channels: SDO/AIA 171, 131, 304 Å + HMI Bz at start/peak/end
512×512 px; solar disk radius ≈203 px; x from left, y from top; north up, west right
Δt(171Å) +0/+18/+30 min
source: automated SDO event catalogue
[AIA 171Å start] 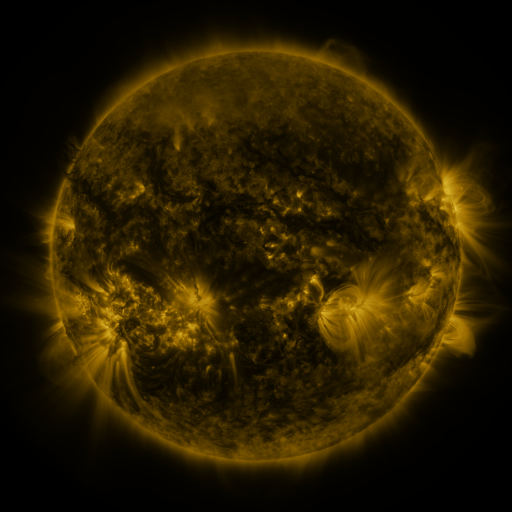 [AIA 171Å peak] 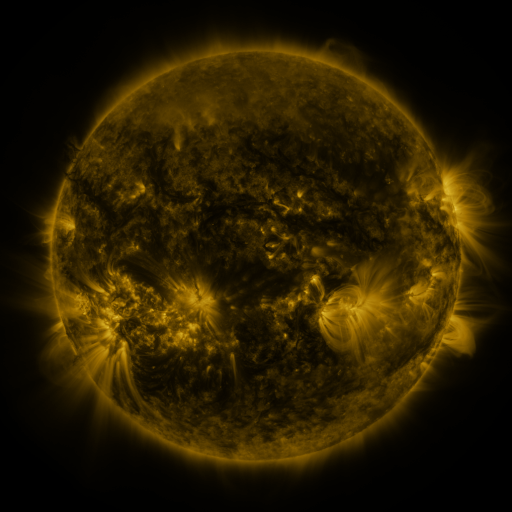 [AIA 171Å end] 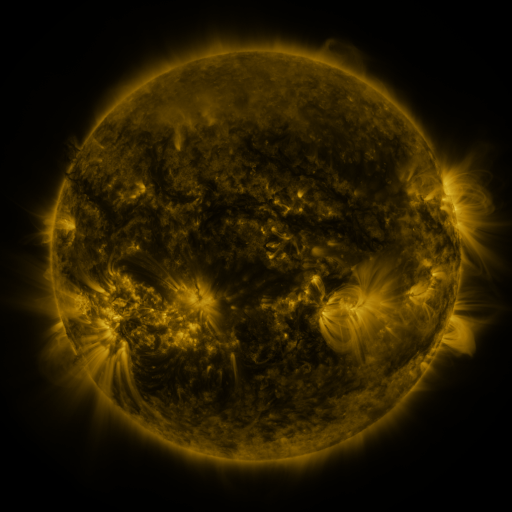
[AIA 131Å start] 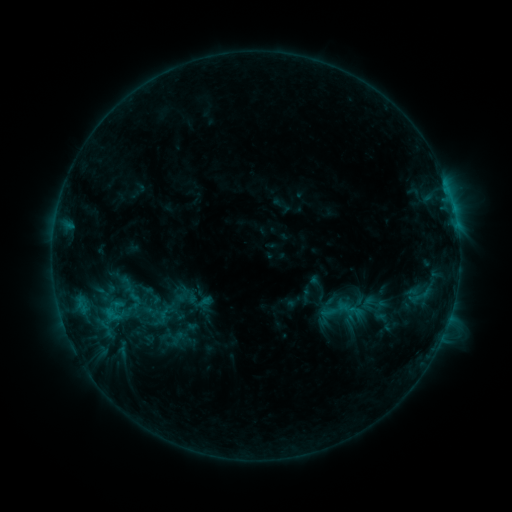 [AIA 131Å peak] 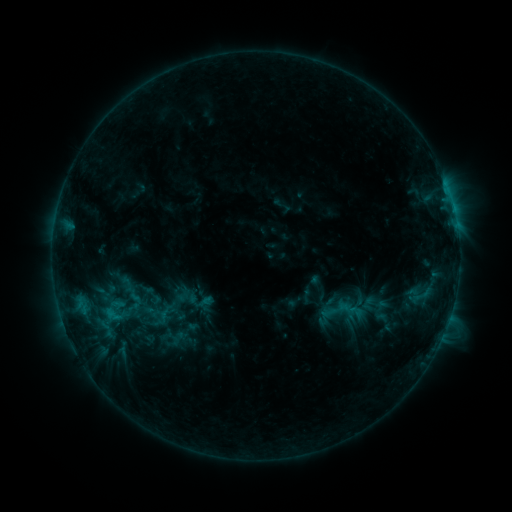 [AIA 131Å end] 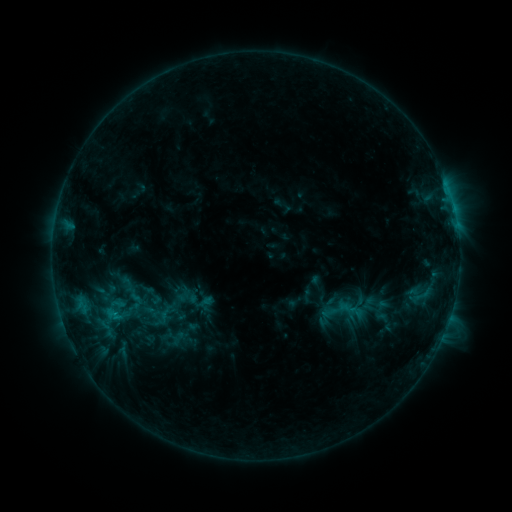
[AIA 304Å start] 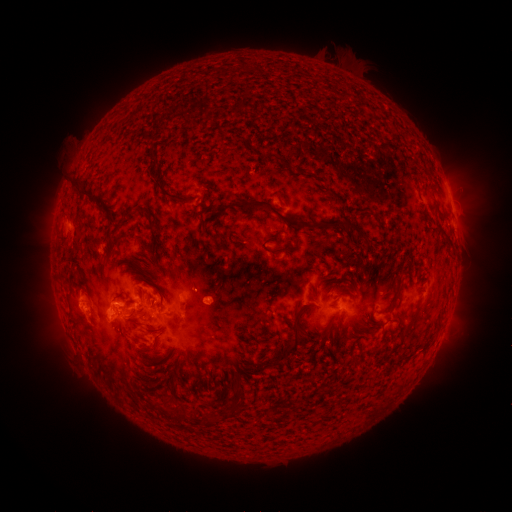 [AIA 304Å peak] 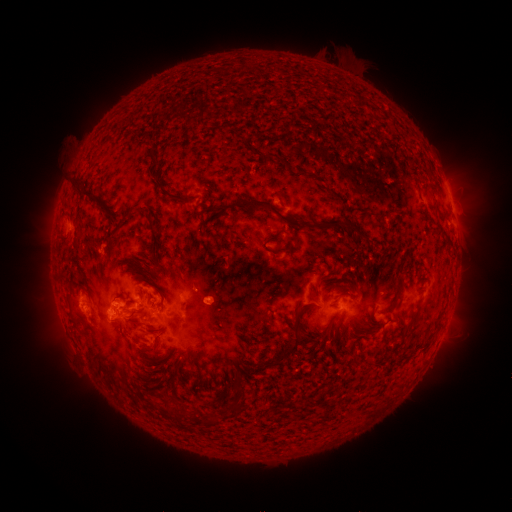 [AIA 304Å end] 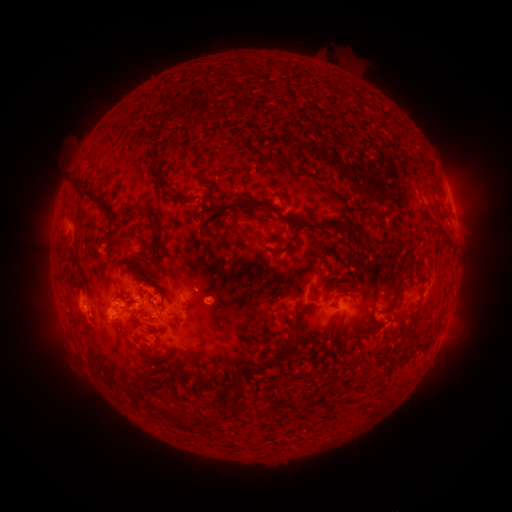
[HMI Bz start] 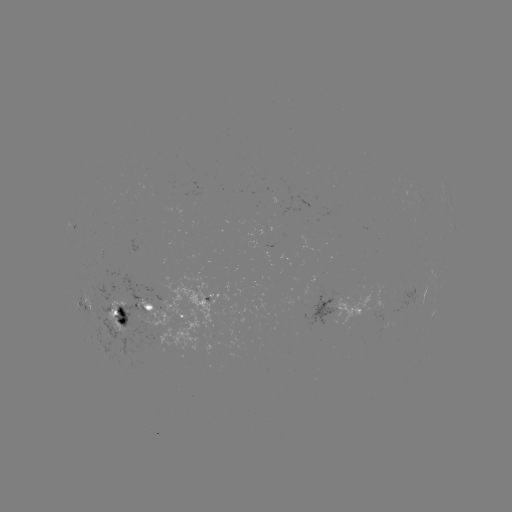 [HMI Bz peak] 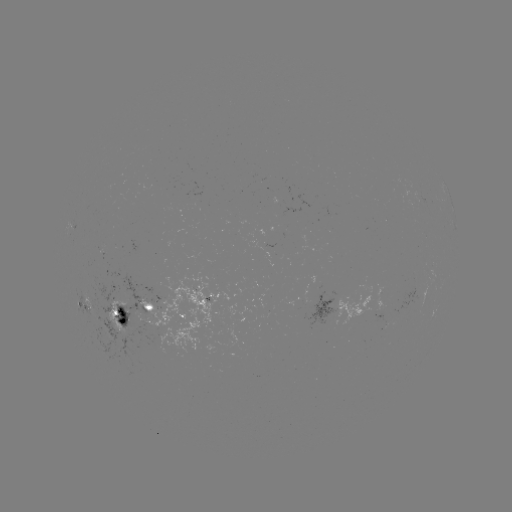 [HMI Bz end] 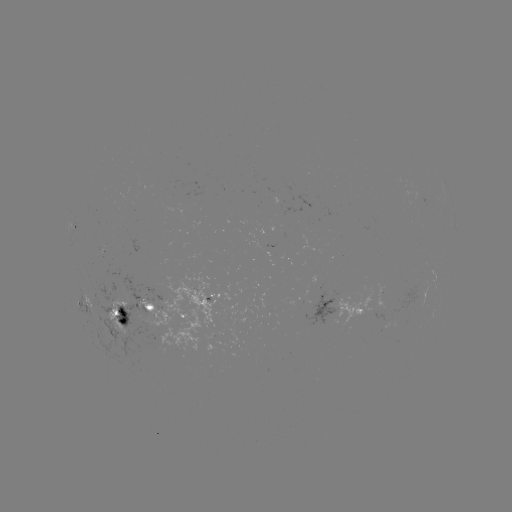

nothing was catalogued: no classed flare, no EUV trigger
